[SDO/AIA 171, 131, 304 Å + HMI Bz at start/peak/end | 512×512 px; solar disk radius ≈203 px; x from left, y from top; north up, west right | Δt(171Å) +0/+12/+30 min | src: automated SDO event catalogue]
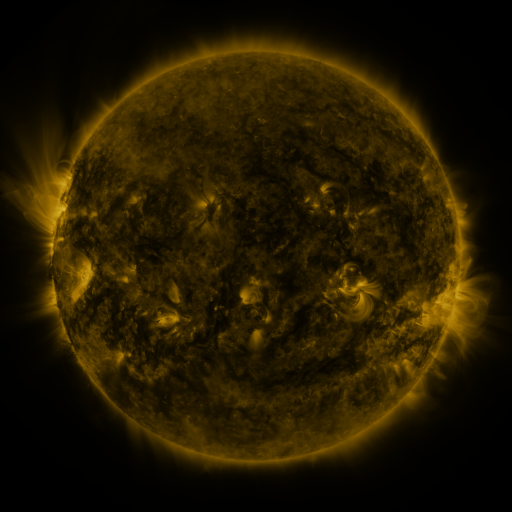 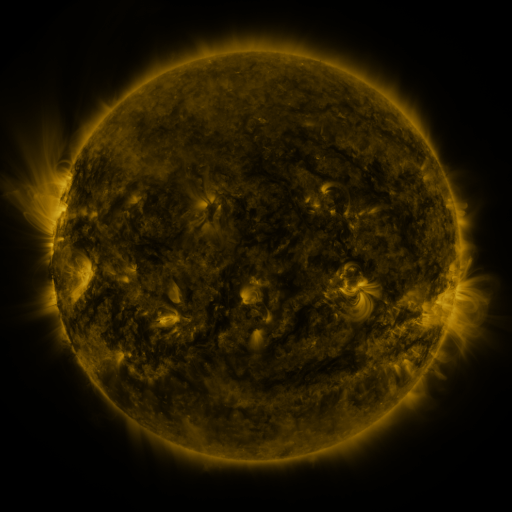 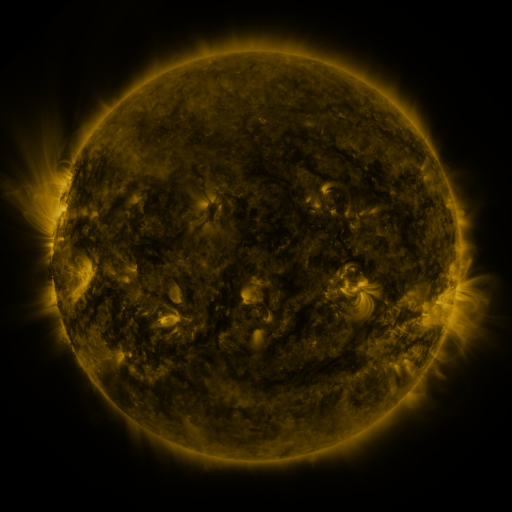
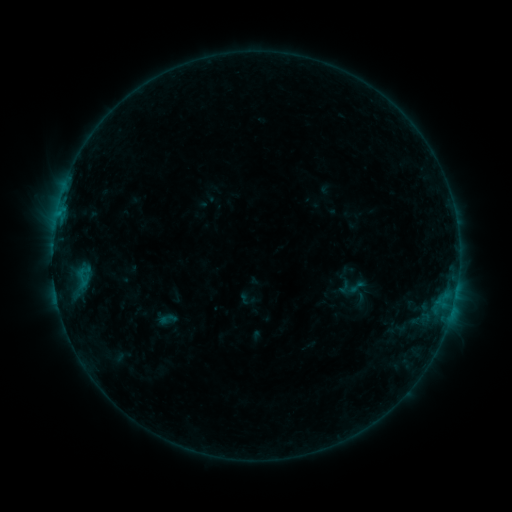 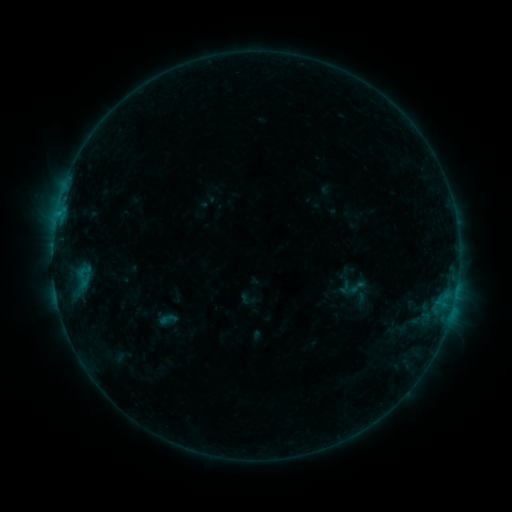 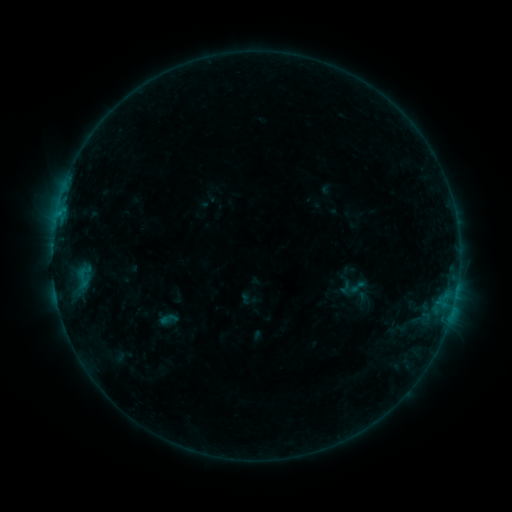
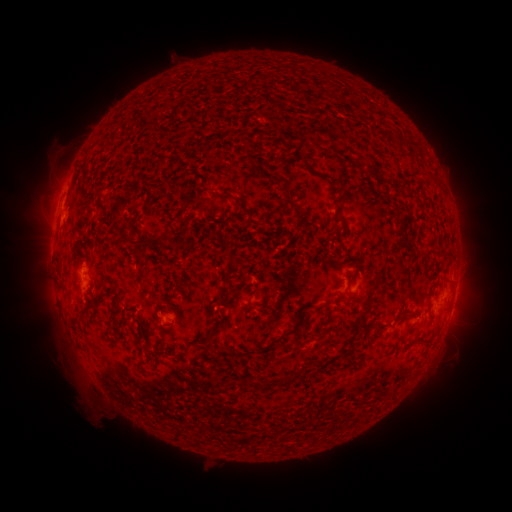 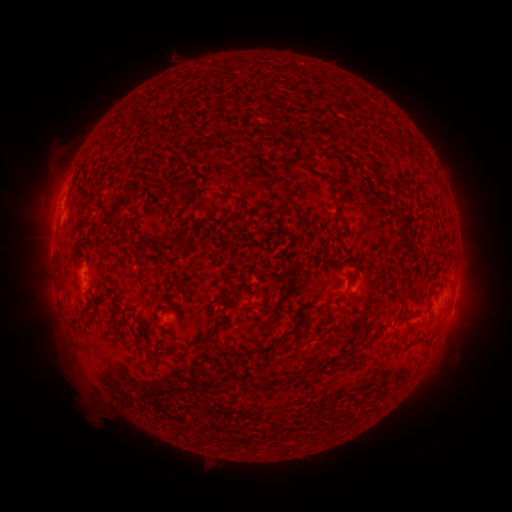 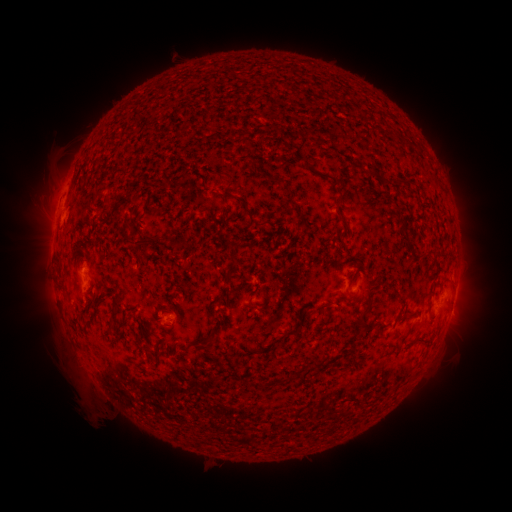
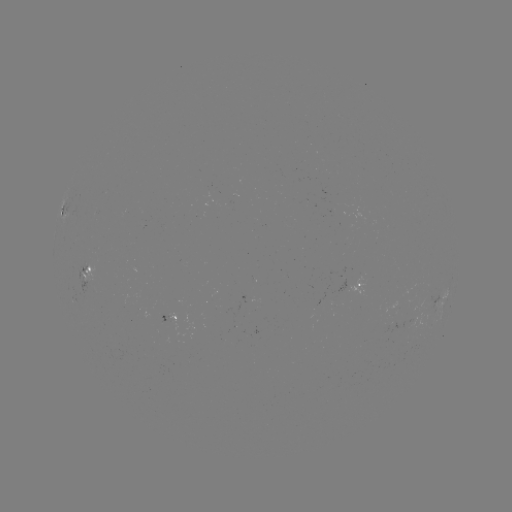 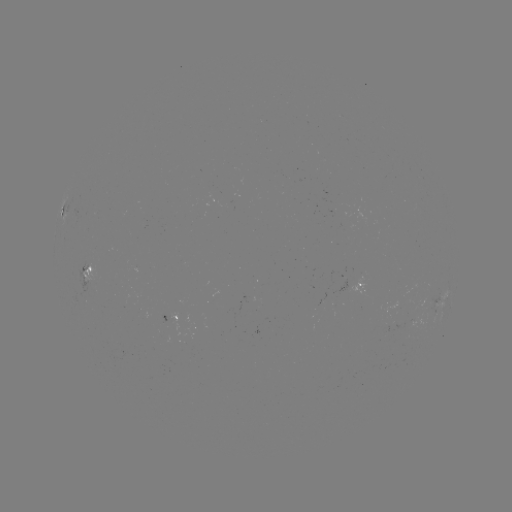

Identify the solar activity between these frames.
nothing was catalogued: no classed flare, no EUV trigger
